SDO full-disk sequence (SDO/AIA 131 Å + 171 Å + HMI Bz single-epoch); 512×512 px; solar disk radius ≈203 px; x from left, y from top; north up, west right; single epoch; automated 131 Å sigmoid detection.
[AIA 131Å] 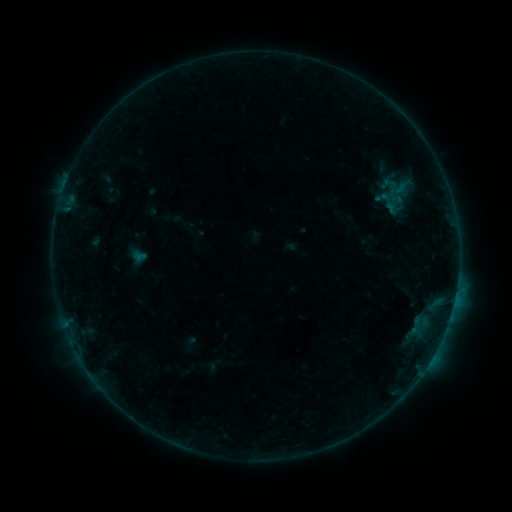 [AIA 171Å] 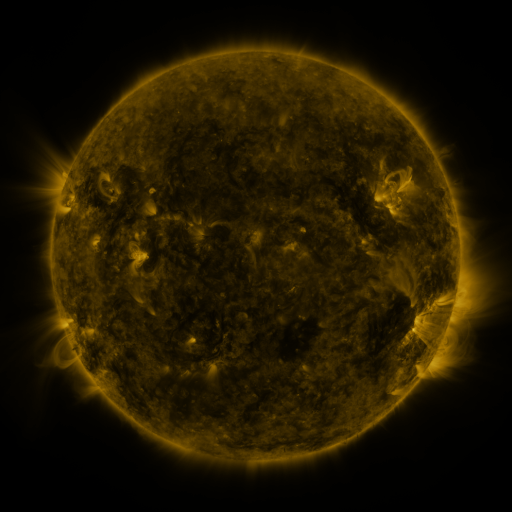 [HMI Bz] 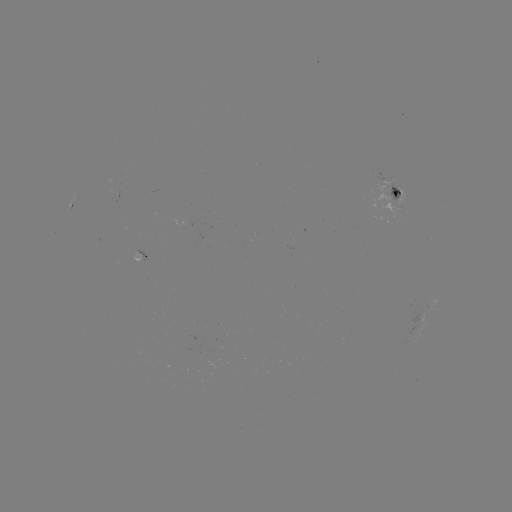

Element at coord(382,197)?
sigmoid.